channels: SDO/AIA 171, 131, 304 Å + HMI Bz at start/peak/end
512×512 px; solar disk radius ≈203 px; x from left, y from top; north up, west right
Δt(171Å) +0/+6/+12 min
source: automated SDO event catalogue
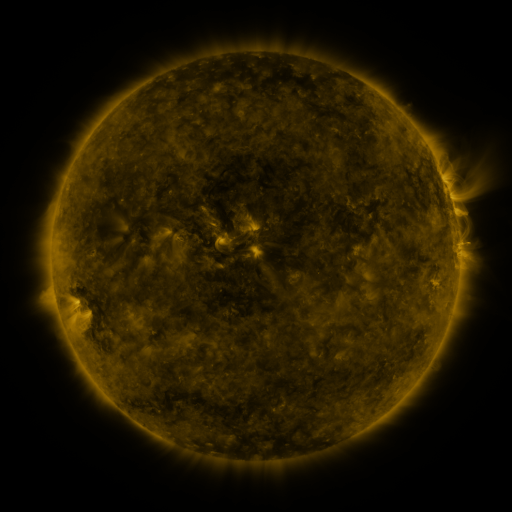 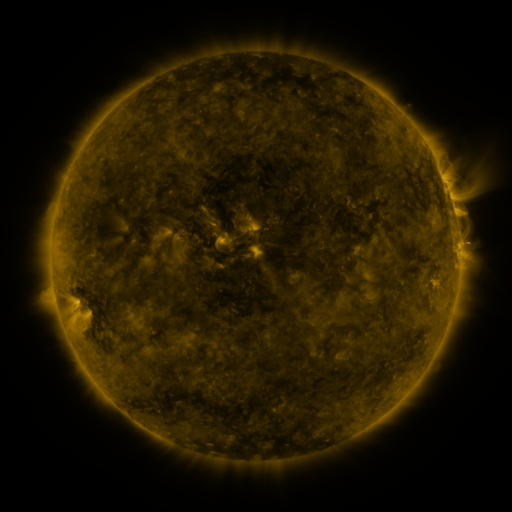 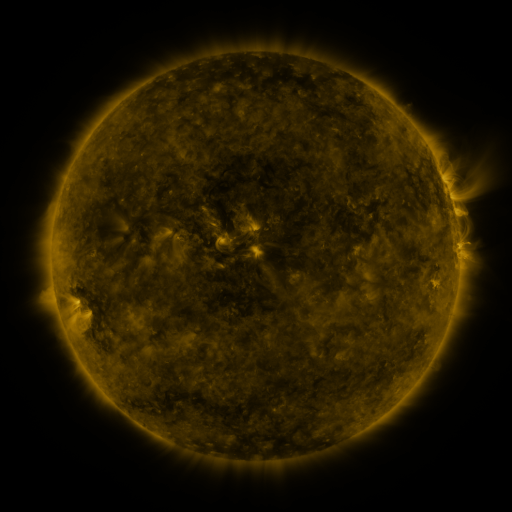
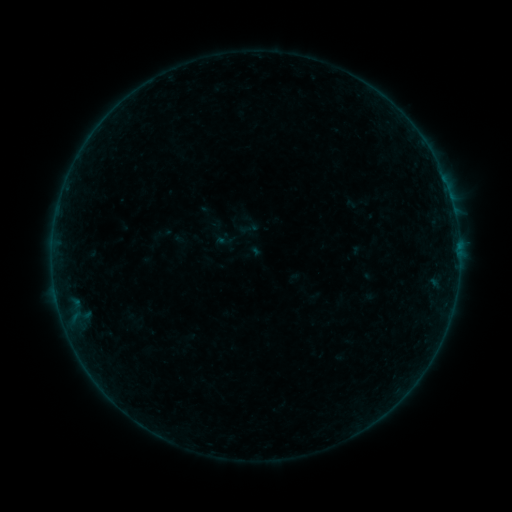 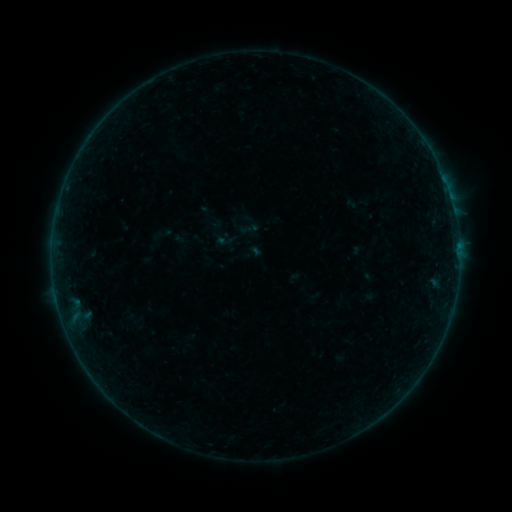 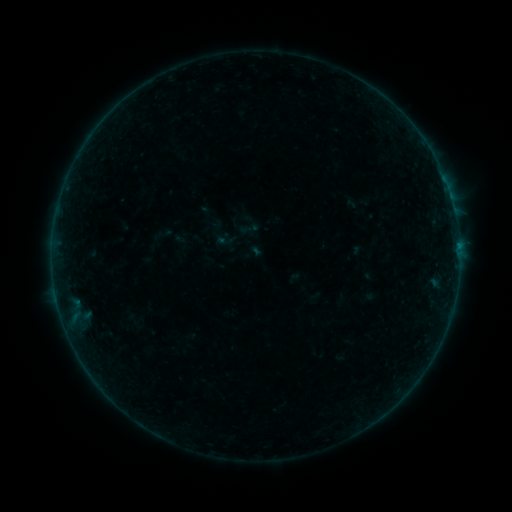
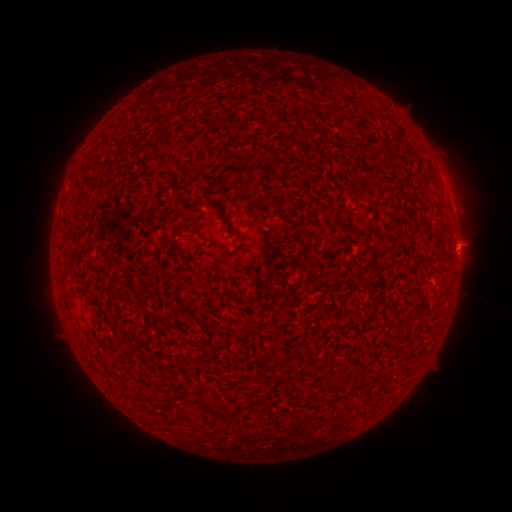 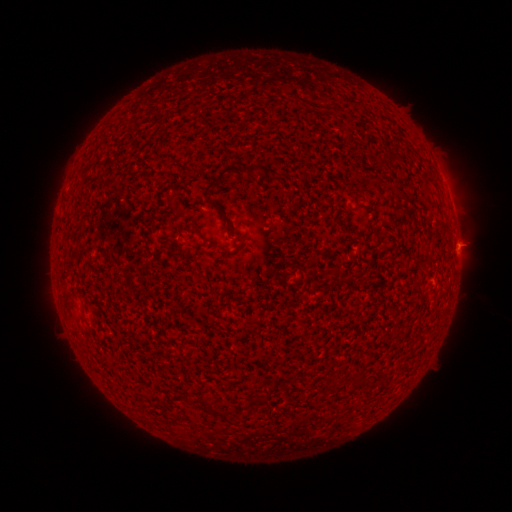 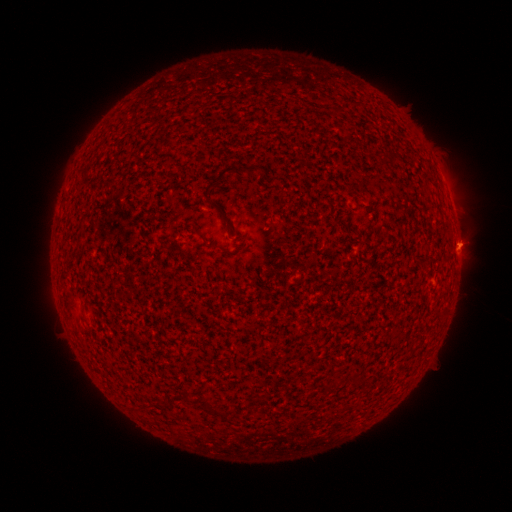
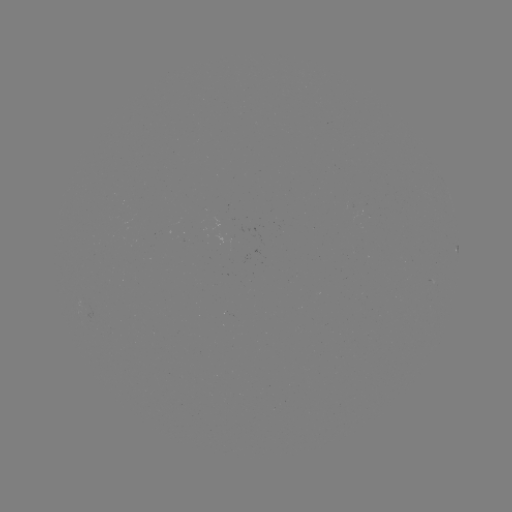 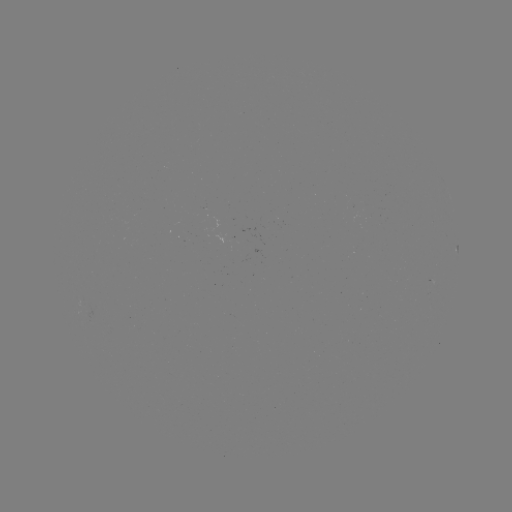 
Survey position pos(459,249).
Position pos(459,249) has B1.3 flare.